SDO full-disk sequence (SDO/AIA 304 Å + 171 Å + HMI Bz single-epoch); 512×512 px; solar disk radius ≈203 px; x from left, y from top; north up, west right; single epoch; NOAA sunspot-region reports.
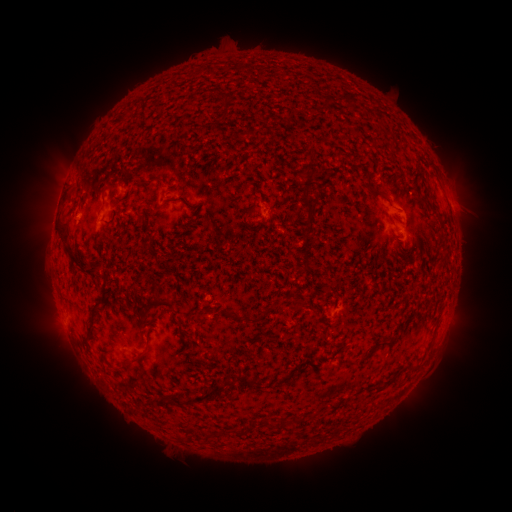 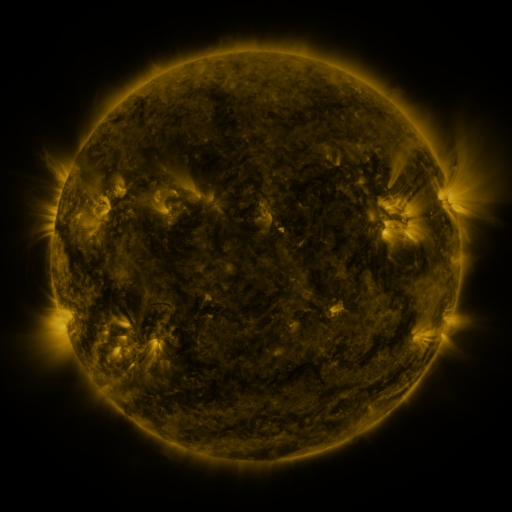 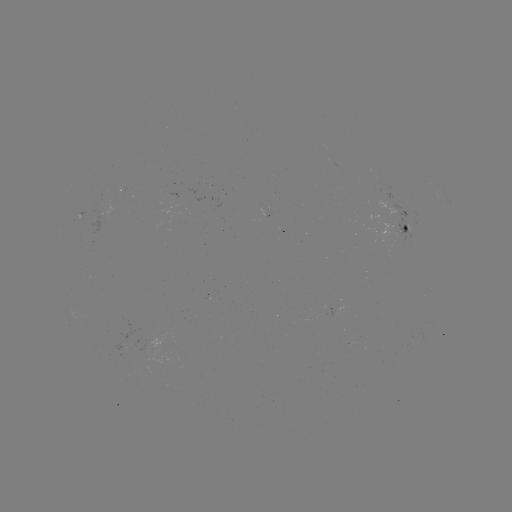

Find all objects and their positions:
spotted active region: (449, 200)
spotted active region: (406, 213)
spotted active region: (99, 224)
spotted active region: (403, 227)
